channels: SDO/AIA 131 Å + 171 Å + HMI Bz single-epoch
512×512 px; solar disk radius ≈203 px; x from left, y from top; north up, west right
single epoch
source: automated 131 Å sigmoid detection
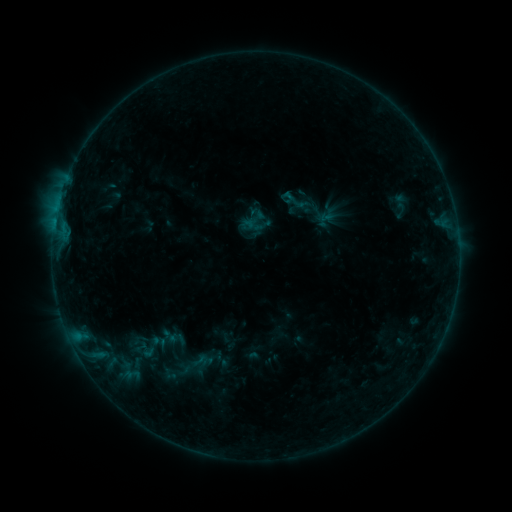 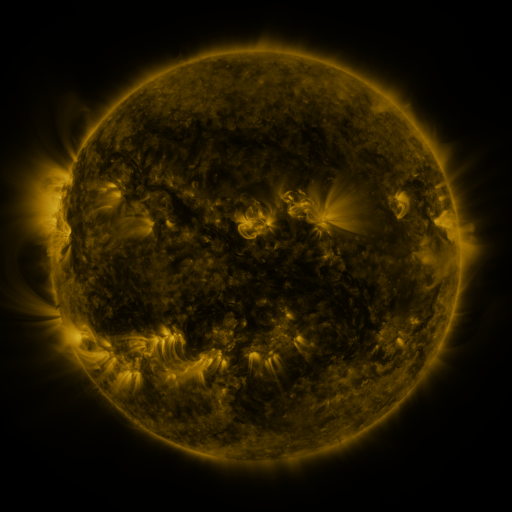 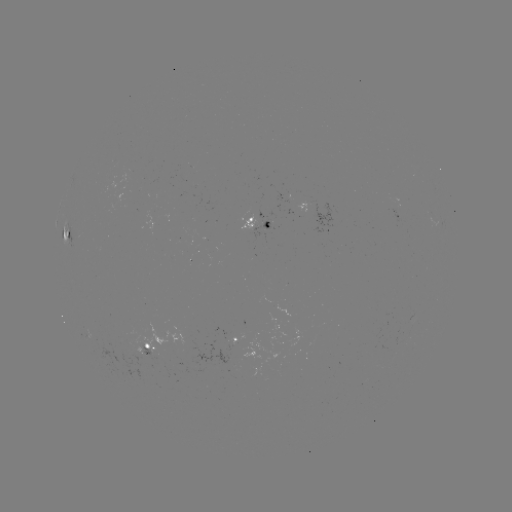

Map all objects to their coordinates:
sigmoid: (291, 197)
